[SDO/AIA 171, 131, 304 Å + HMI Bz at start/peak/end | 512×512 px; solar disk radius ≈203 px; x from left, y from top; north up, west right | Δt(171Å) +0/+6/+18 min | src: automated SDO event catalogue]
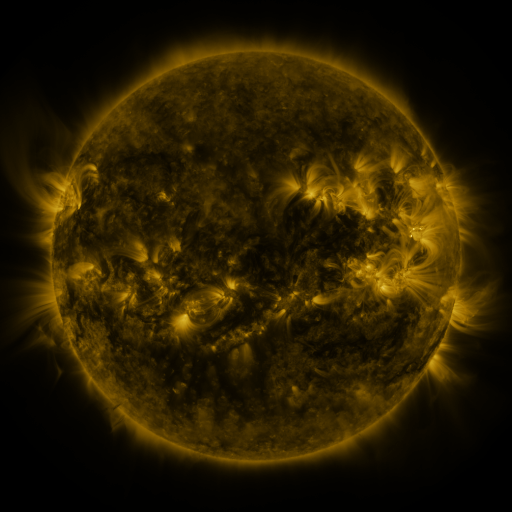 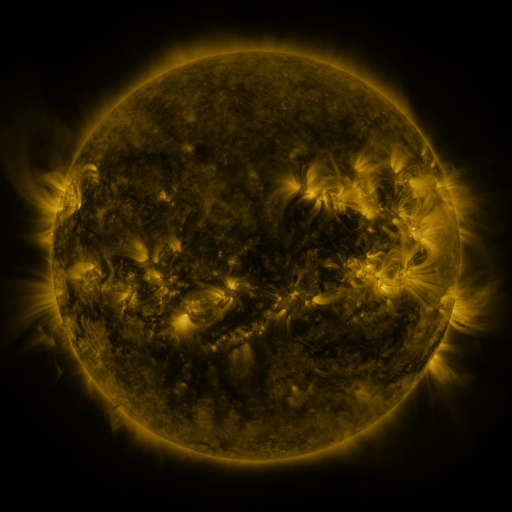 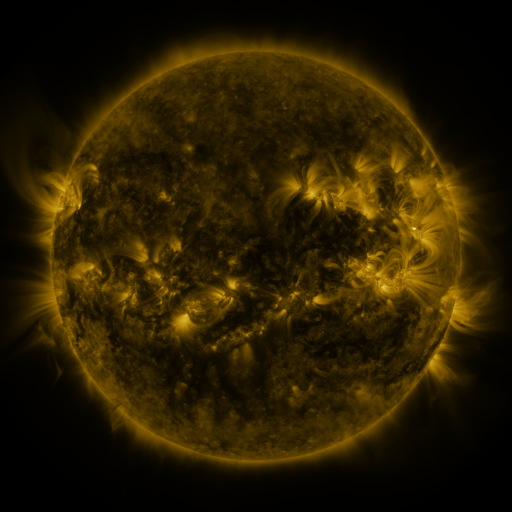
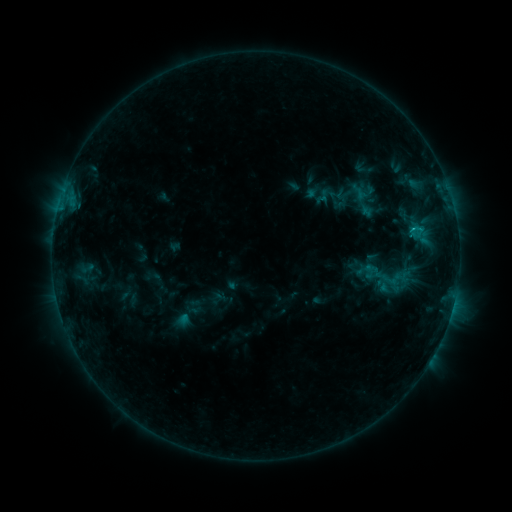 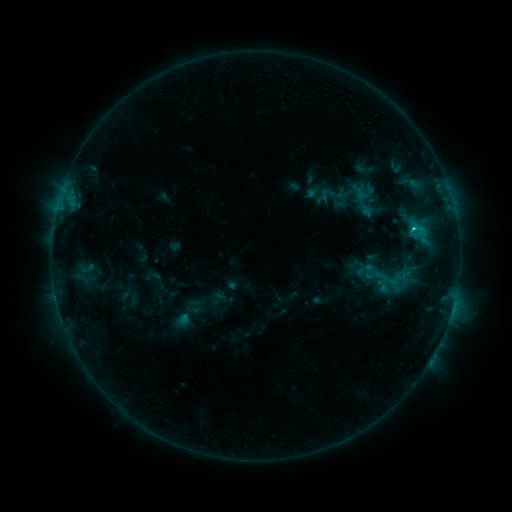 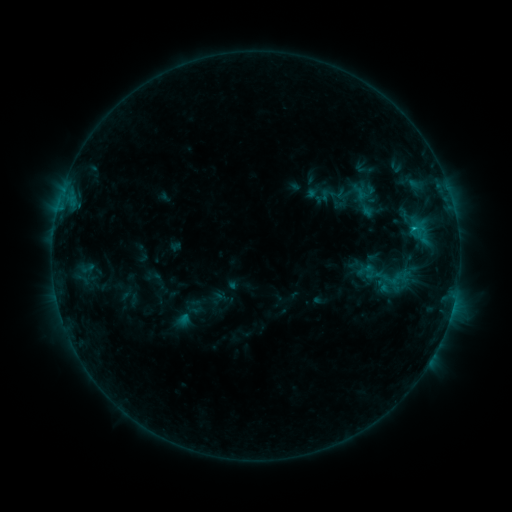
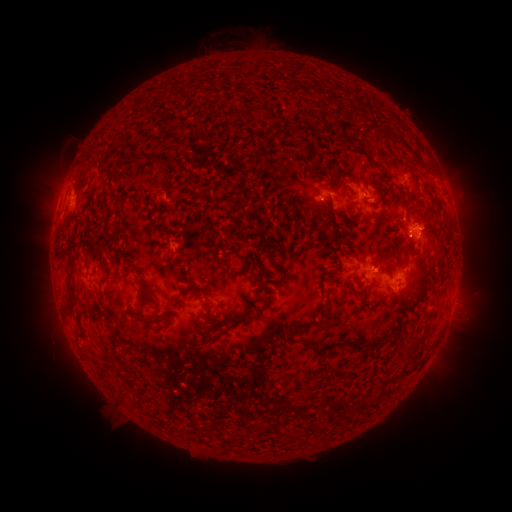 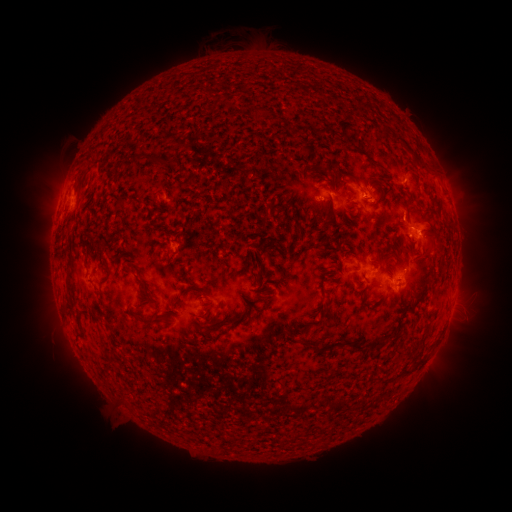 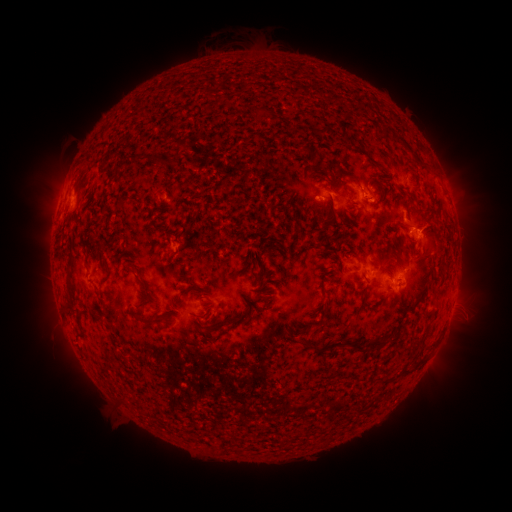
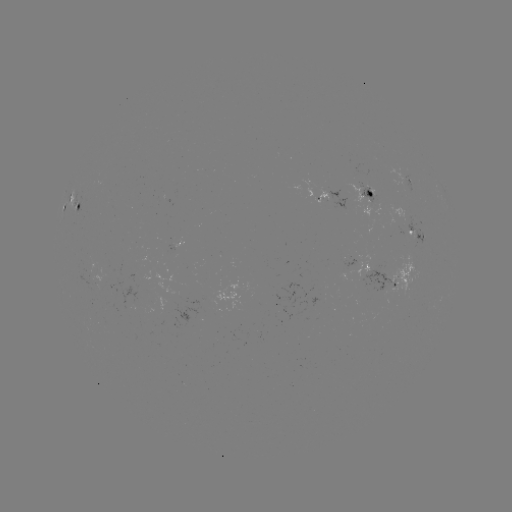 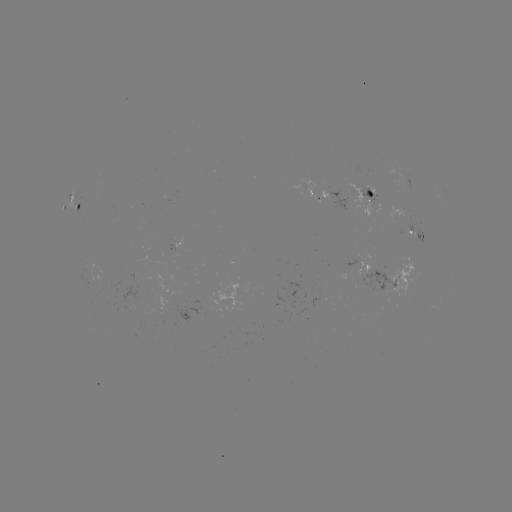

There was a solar flare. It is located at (411, 231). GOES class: C1.2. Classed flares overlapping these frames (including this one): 1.